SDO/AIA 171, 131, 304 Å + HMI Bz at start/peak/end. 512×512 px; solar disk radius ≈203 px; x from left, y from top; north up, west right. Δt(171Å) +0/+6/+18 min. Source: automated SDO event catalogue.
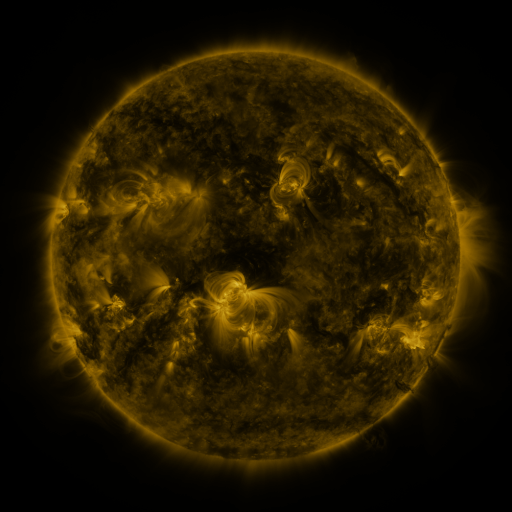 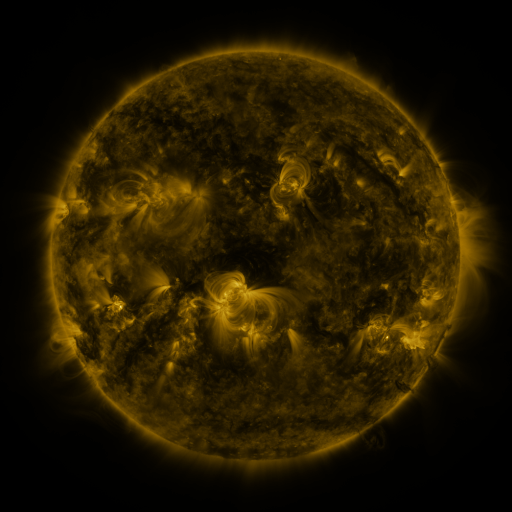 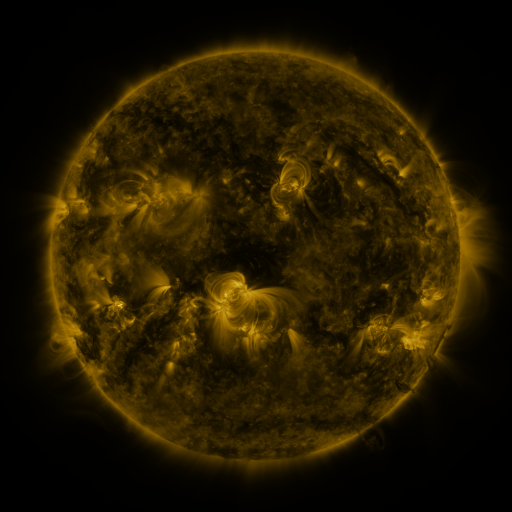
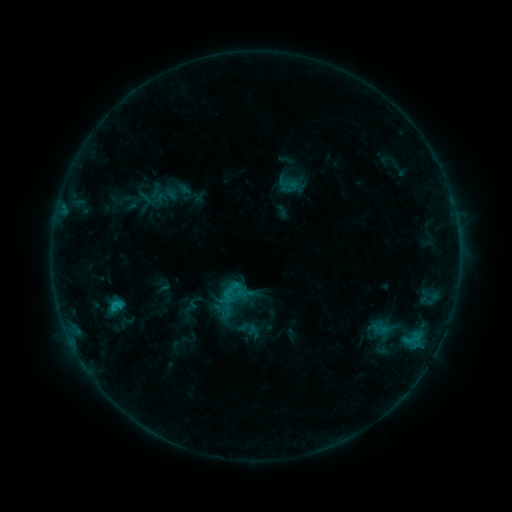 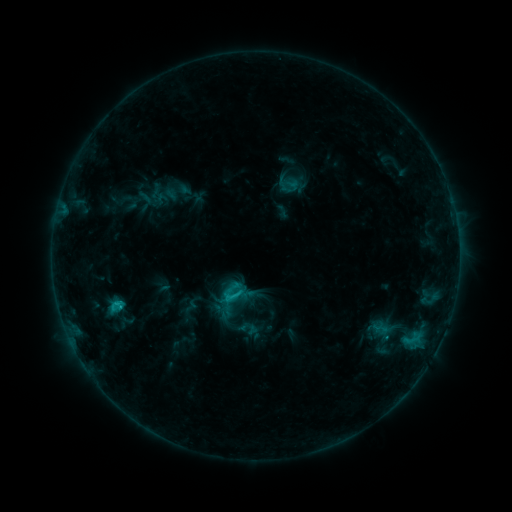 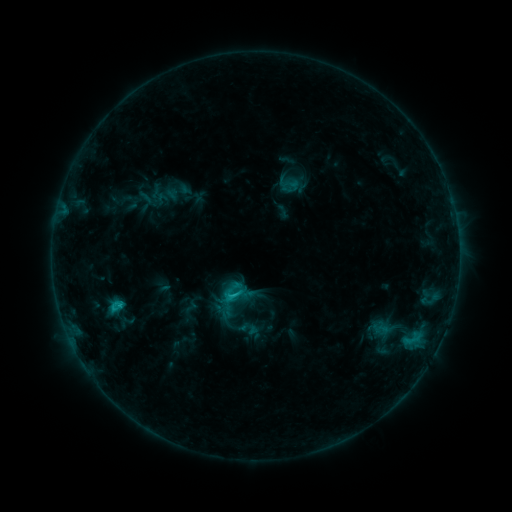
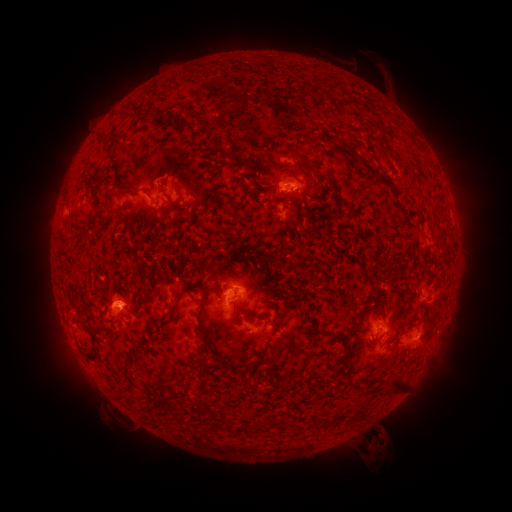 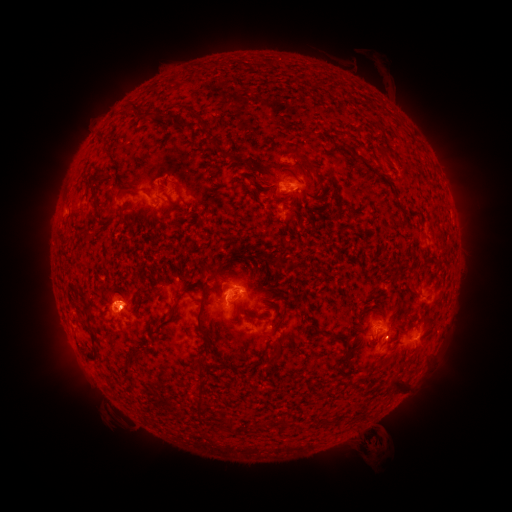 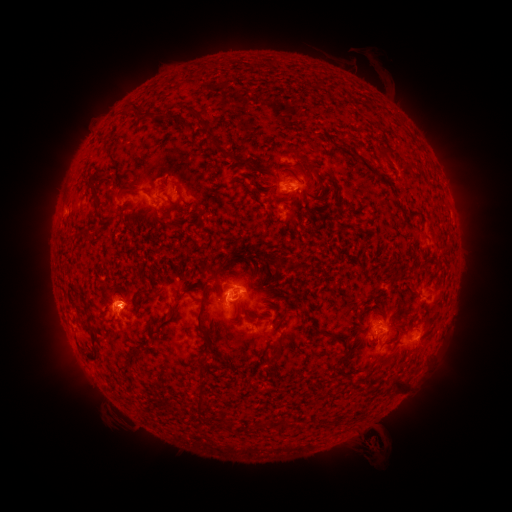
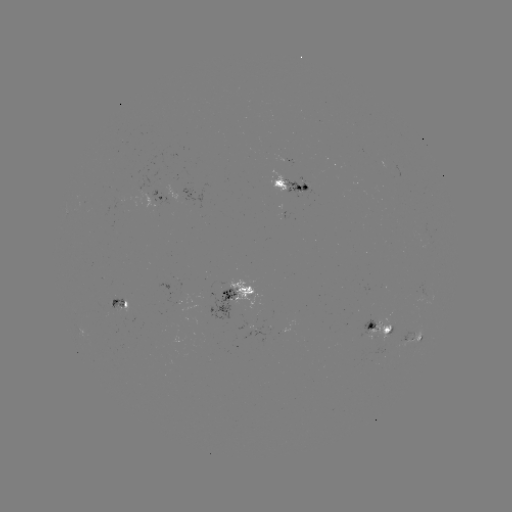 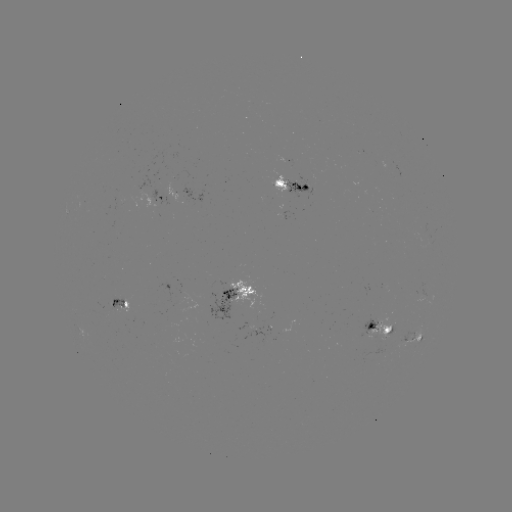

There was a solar flare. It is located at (235, 294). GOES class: C1.6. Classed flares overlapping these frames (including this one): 1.